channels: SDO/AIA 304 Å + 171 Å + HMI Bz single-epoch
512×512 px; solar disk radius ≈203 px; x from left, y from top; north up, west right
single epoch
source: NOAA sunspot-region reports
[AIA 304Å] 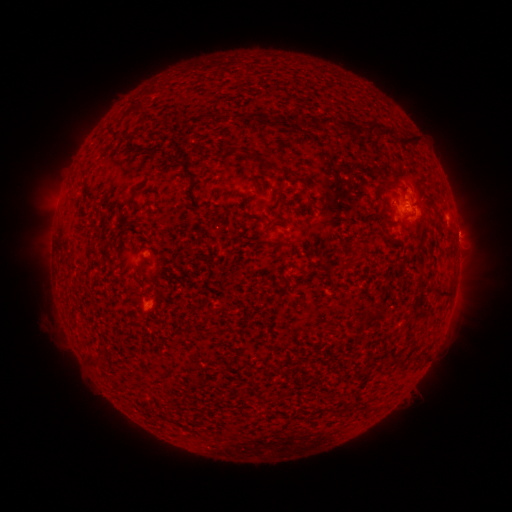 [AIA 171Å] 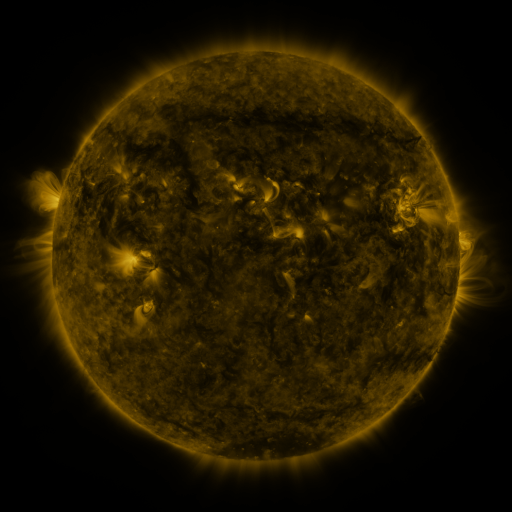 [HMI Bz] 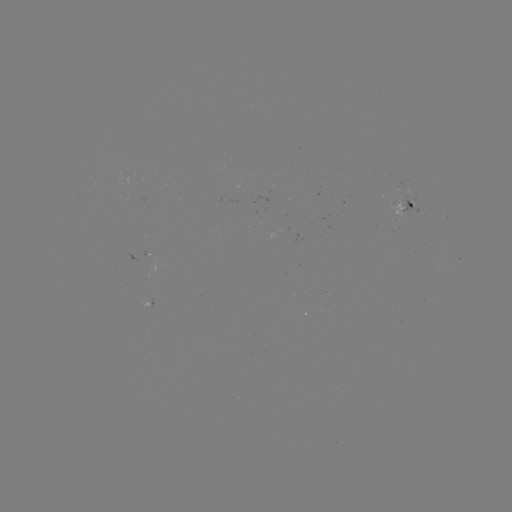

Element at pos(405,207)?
spotted active region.